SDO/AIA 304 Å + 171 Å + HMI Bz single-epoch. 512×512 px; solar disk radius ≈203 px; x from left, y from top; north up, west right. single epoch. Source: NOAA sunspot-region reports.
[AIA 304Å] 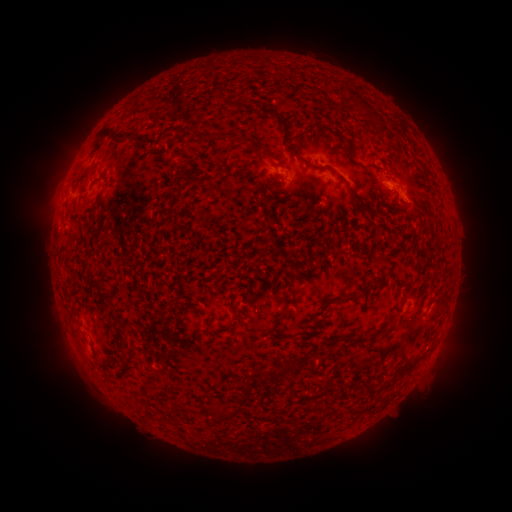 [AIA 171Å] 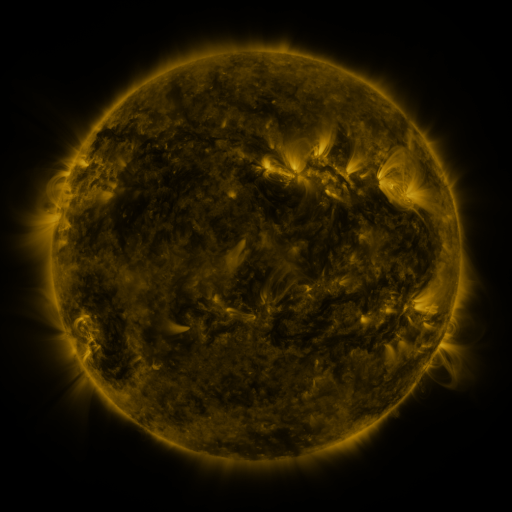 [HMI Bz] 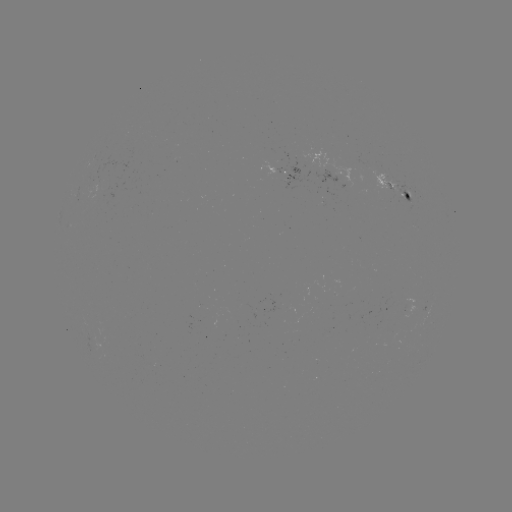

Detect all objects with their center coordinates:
spotted active region: (283, 172)
spotted active region: (394, 185)
